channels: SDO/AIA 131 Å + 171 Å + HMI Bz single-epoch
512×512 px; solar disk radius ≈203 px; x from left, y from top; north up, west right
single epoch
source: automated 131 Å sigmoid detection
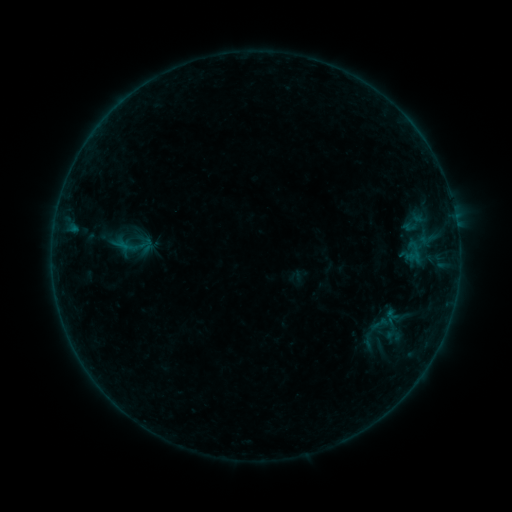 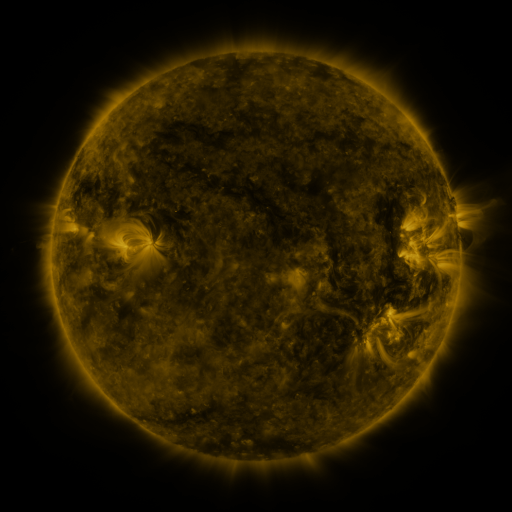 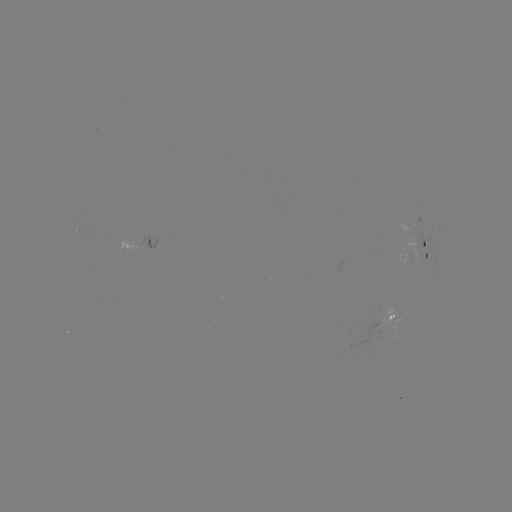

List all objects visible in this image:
sigmoid: (380, 324)
